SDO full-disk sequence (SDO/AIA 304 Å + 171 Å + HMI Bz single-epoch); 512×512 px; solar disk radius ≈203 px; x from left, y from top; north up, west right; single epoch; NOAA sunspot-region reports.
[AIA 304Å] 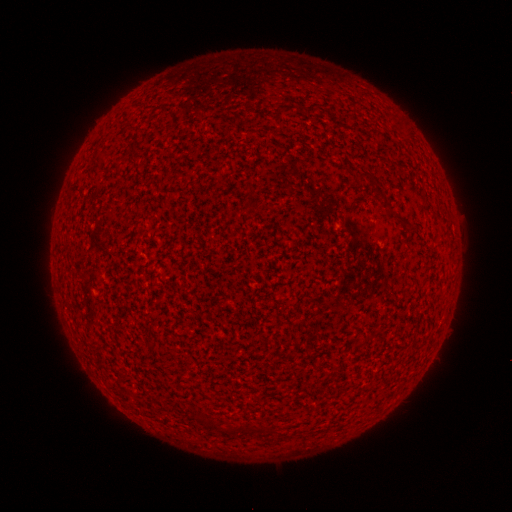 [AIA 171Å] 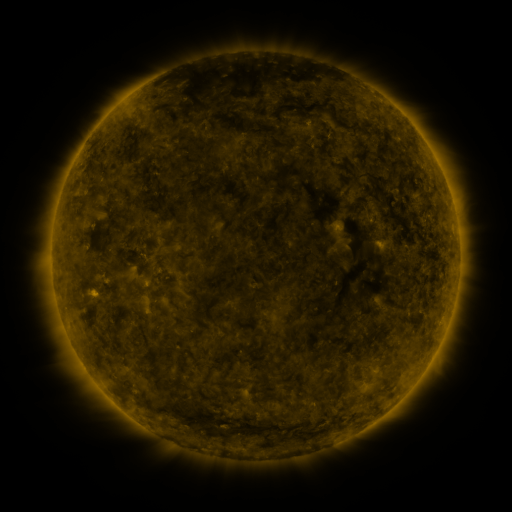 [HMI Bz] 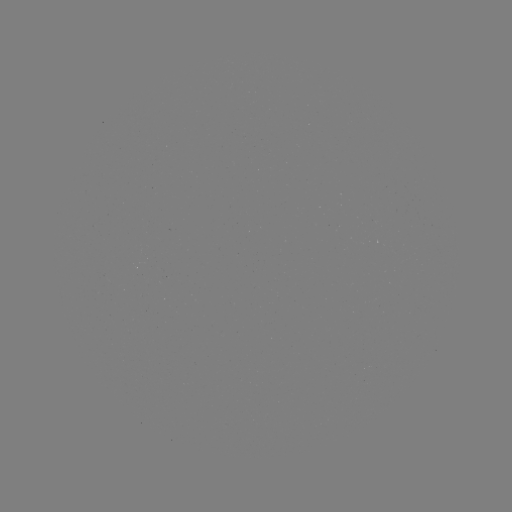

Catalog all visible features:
(none)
